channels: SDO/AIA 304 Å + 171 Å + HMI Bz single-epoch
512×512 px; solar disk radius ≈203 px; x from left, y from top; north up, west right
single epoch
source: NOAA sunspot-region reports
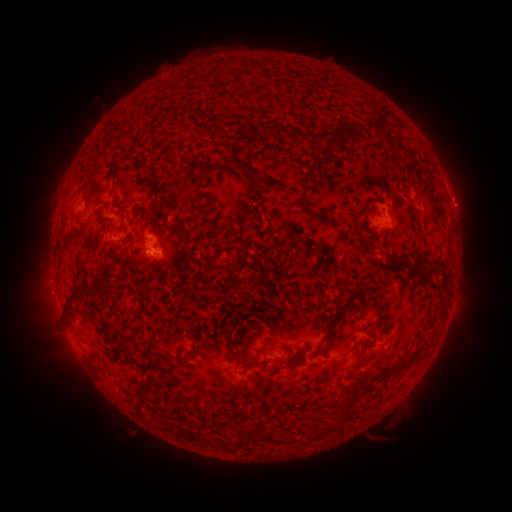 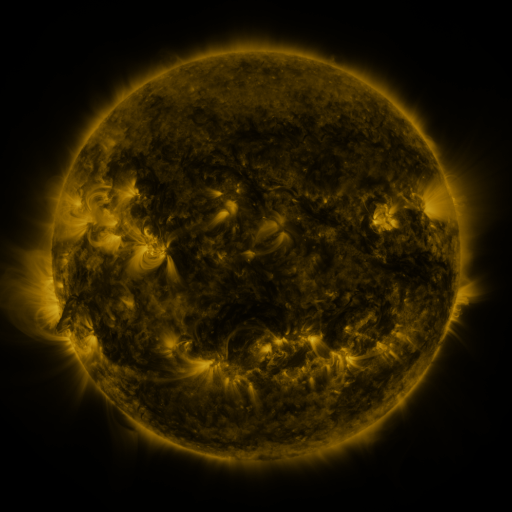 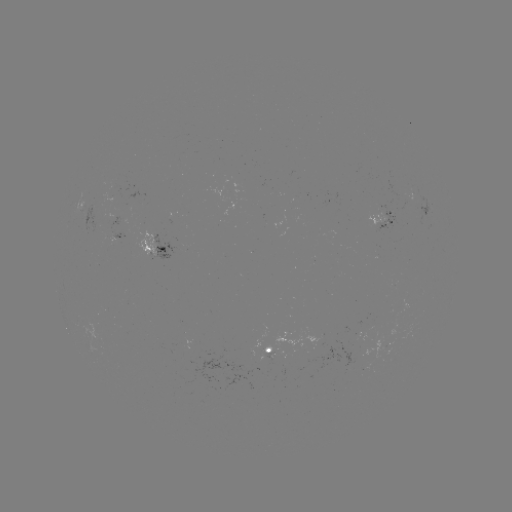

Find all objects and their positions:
spotted active region: (83, 204)
spotted active region: (381, 215)
spotted active region: (76, 220)
spotted active region: (158, 249)
spotted active region: (279, 352)
